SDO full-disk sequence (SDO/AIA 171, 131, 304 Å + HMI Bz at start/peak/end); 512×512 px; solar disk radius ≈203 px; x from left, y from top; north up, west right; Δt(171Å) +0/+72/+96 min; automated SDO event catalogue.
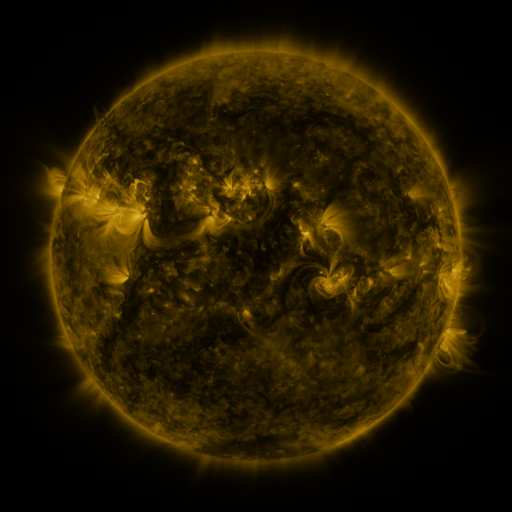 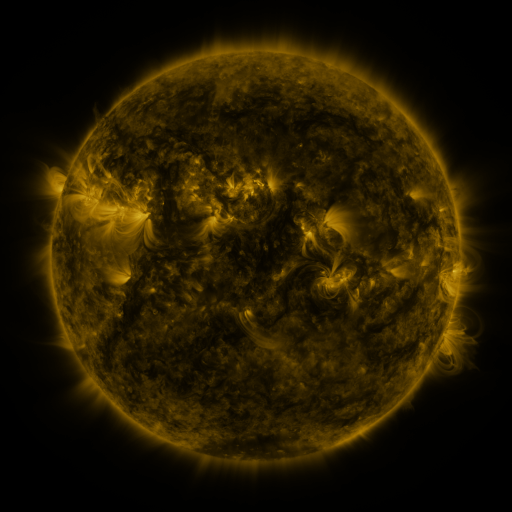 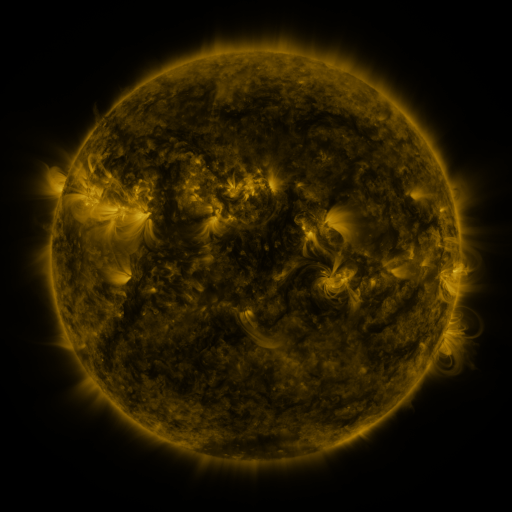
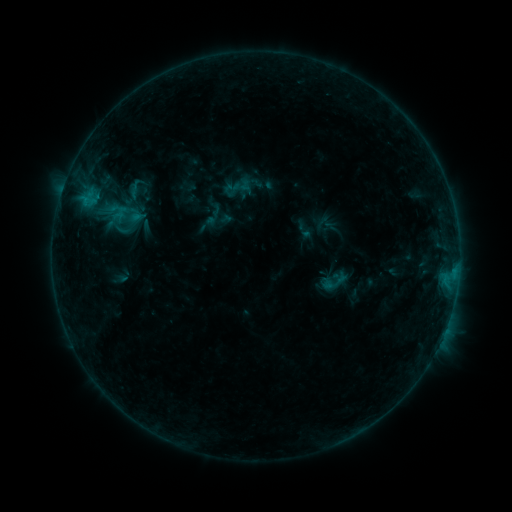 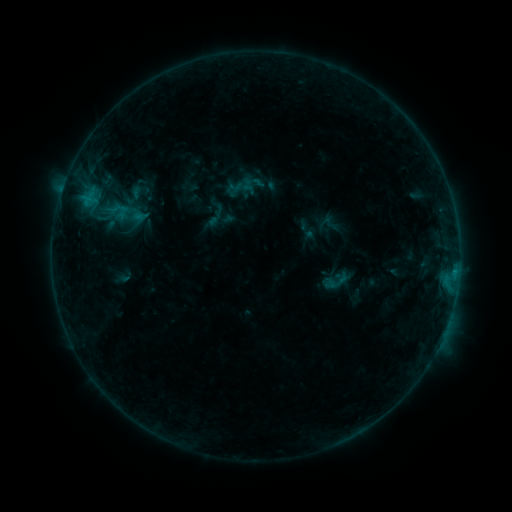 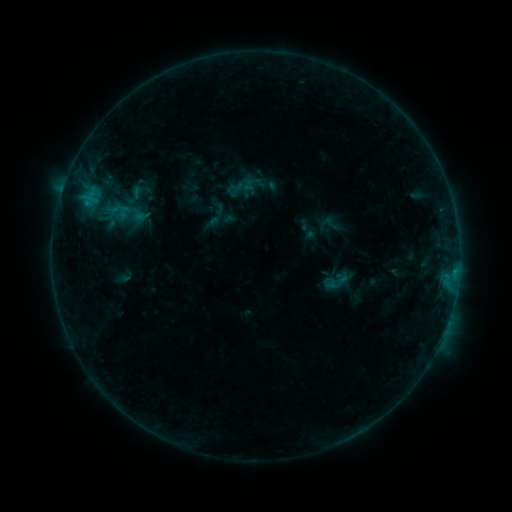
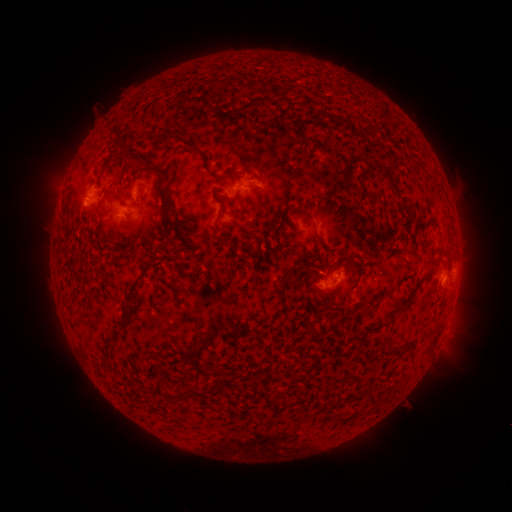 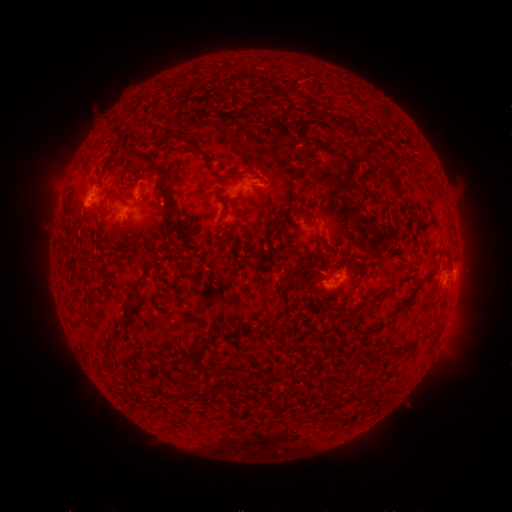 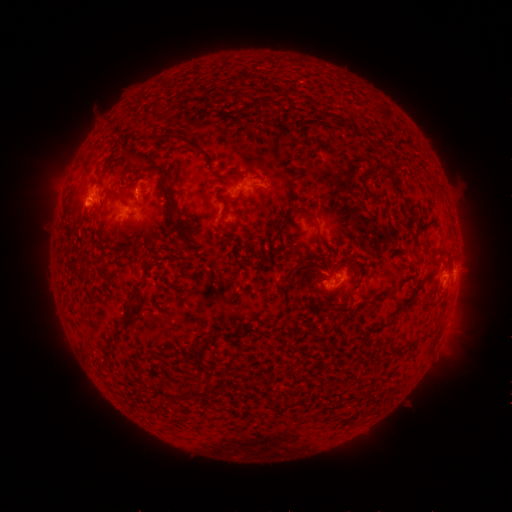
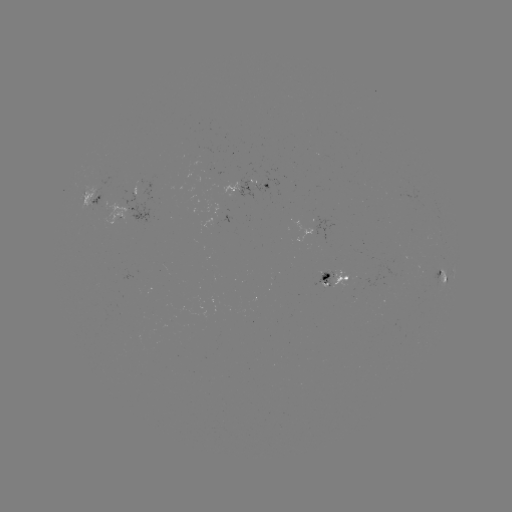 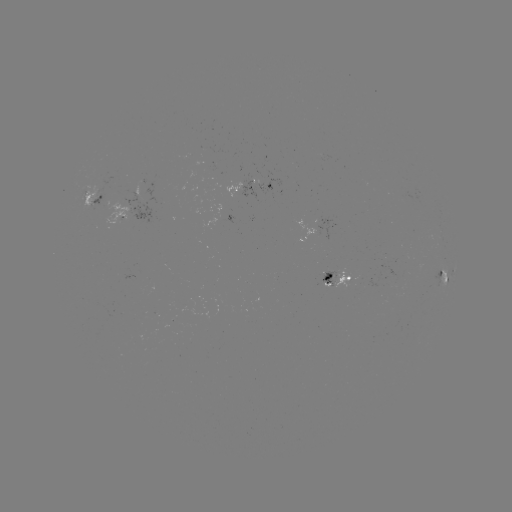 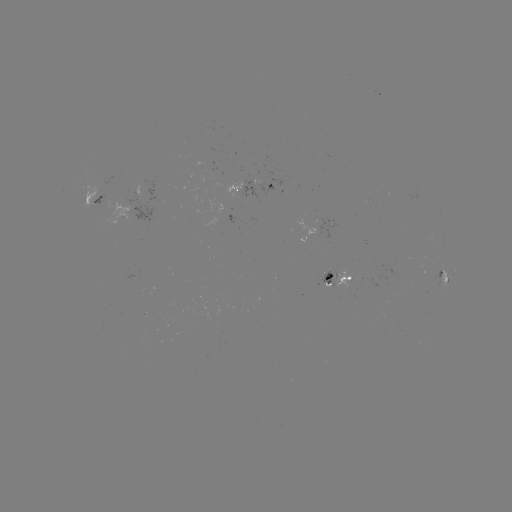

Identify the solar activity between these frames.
emerging-flux region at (257, 184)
